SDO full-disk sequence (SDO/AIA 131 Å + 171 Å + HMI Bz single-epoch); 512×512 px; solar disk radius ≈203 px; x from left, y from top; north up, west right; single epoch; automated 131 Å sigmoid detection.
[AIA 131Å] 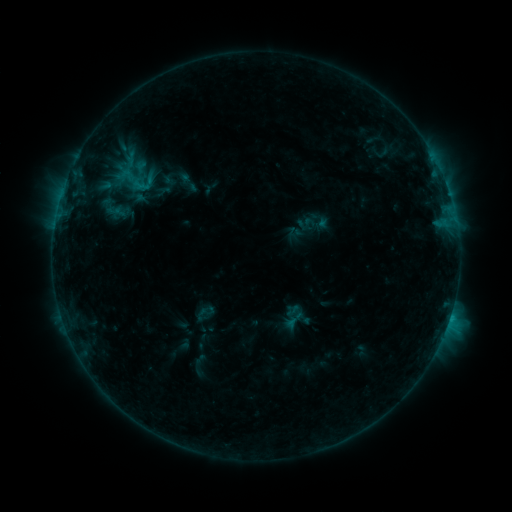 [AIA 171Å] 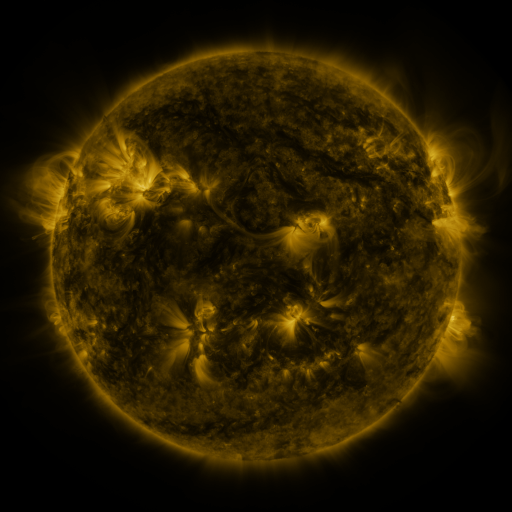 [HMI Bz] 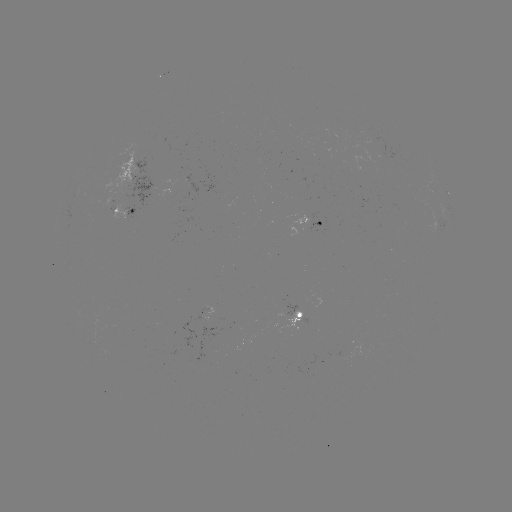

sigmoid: <bbox>192, 302, 217, 324</bbox>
